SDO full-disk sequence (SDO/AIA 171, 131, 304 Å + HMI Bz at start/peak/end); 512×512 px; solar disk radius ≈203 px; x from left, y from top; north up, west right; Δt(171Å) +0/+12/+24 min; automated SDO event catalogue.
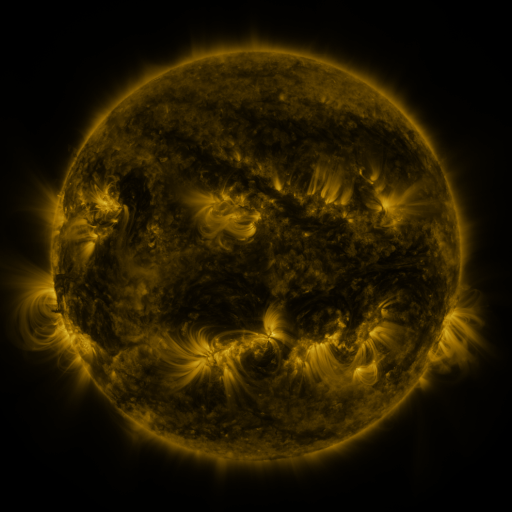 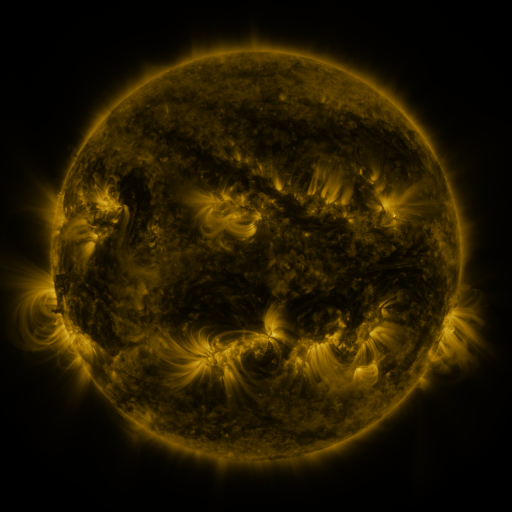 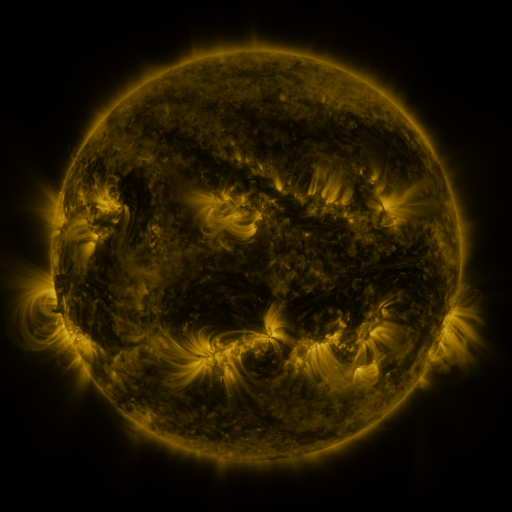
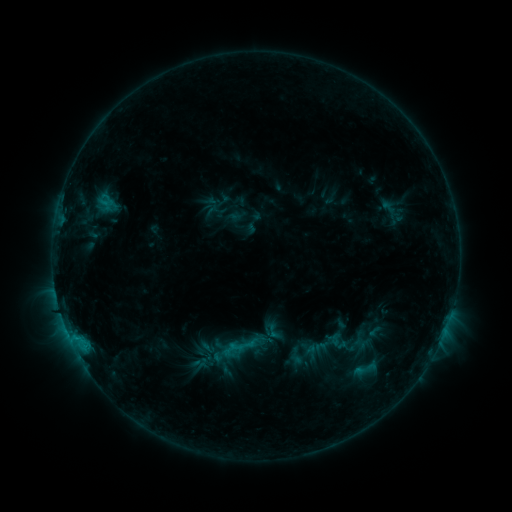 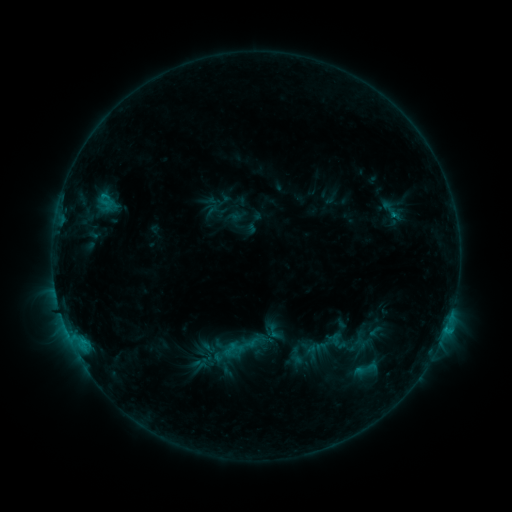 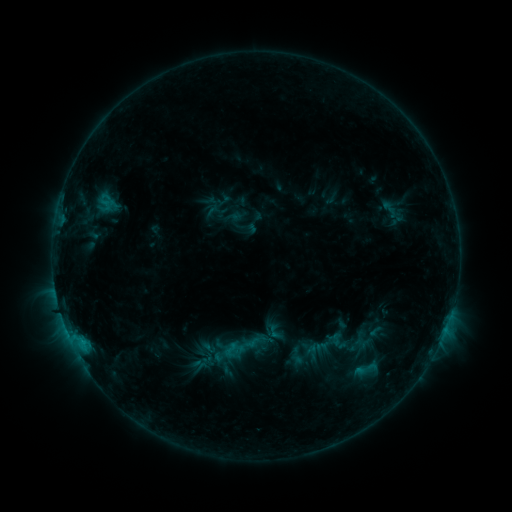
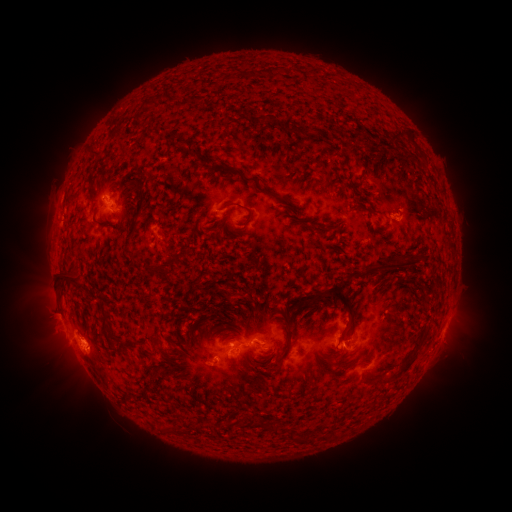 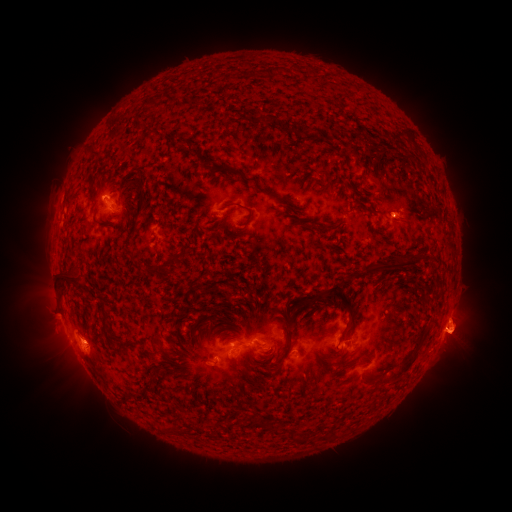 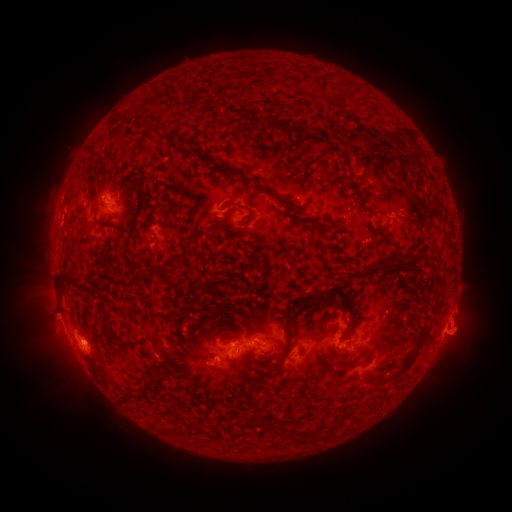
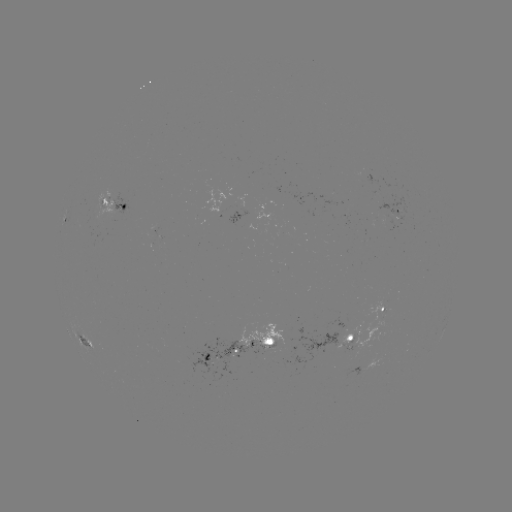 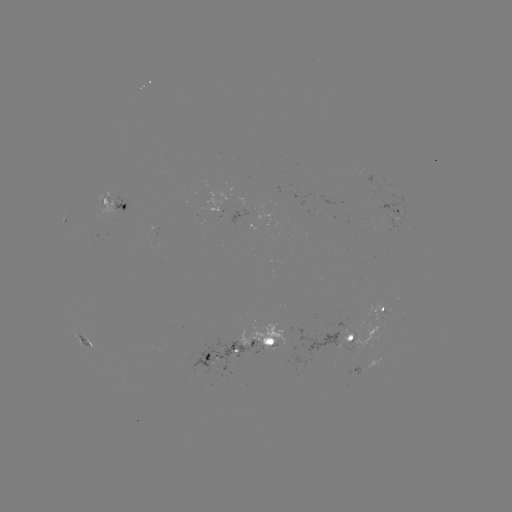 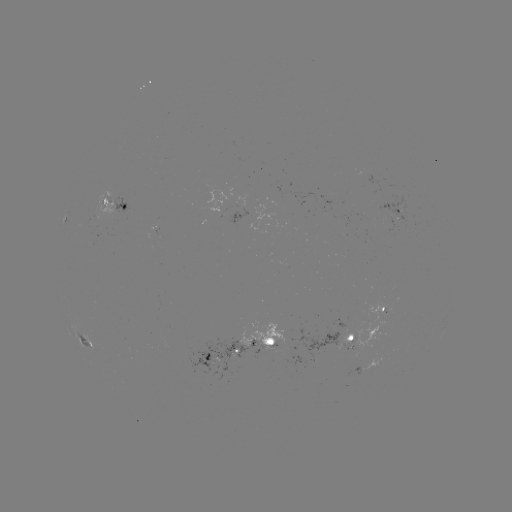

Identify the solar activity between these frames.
eruption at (462, 323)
